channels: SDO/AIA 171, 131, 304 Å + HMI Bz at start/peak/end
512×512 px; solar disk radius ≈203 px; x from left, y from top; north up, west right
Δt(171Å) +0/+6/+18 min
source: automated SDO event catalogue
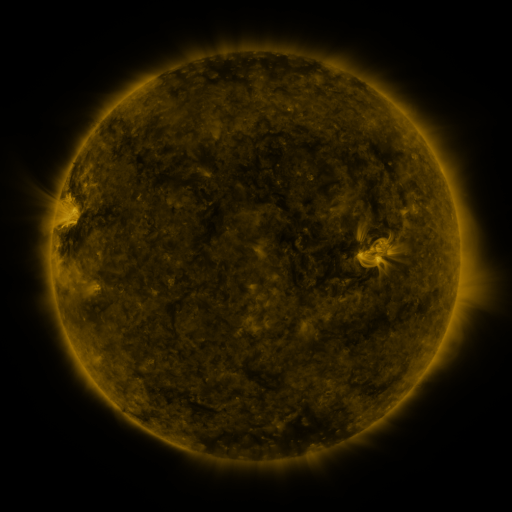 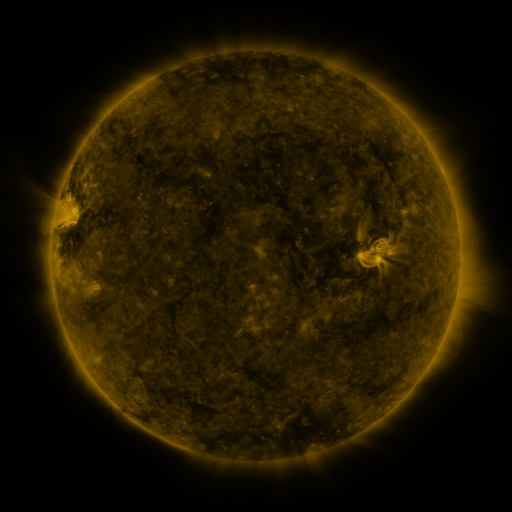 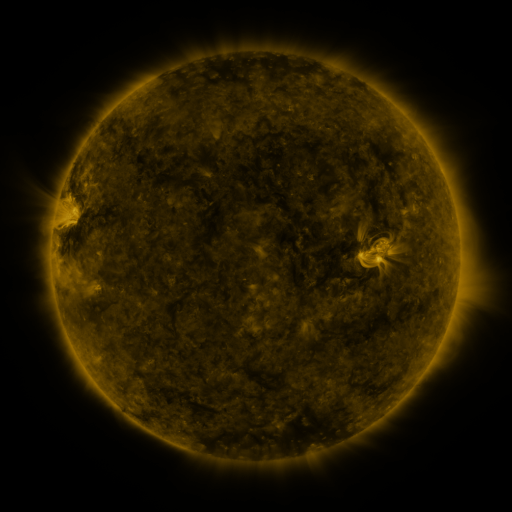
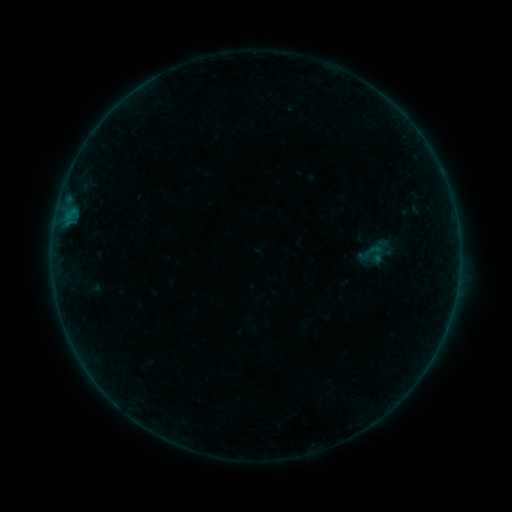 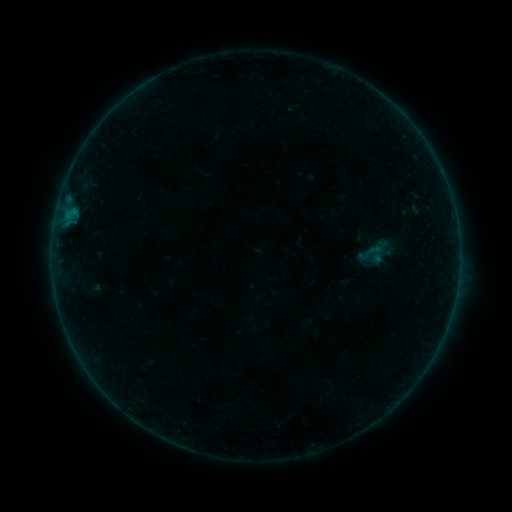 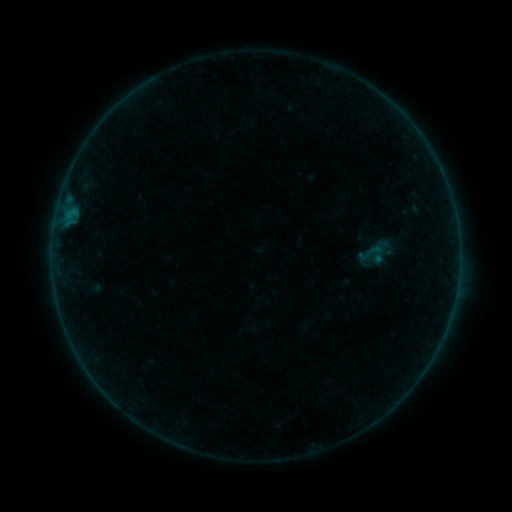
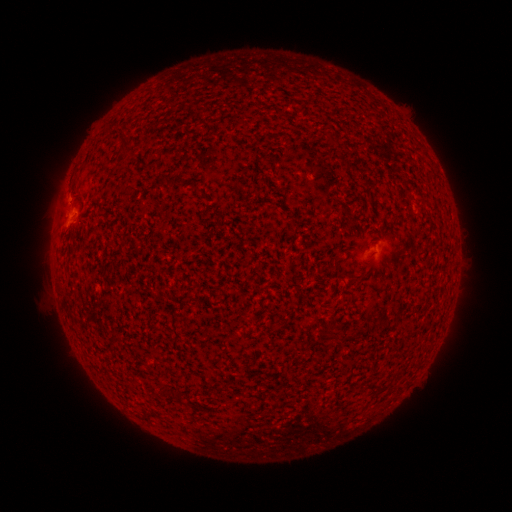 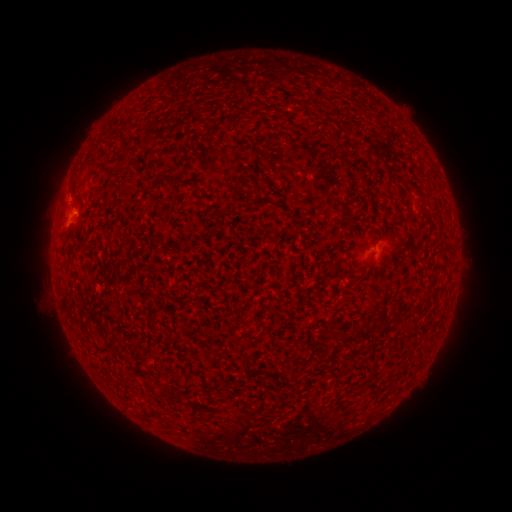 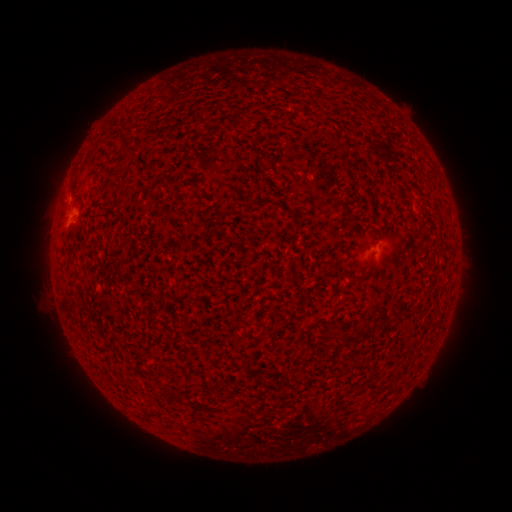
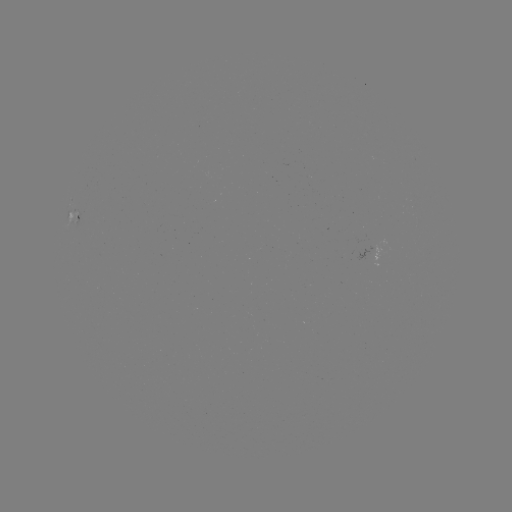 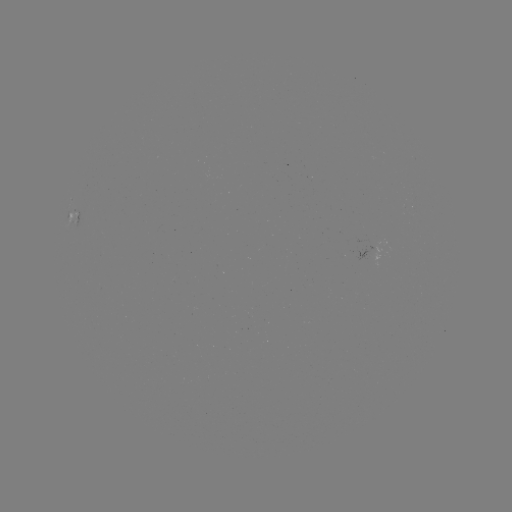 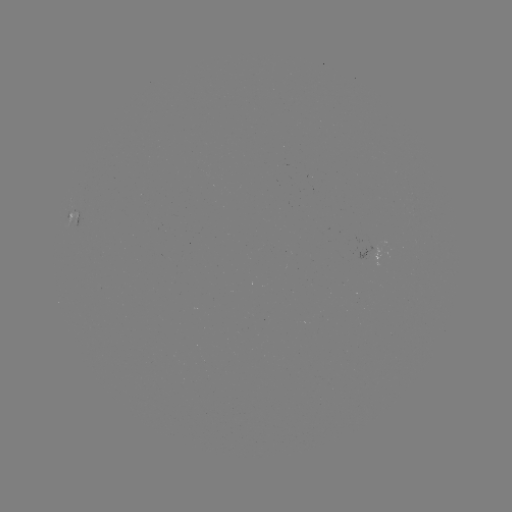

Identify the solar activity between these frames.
B1.3 flare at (75, 215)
